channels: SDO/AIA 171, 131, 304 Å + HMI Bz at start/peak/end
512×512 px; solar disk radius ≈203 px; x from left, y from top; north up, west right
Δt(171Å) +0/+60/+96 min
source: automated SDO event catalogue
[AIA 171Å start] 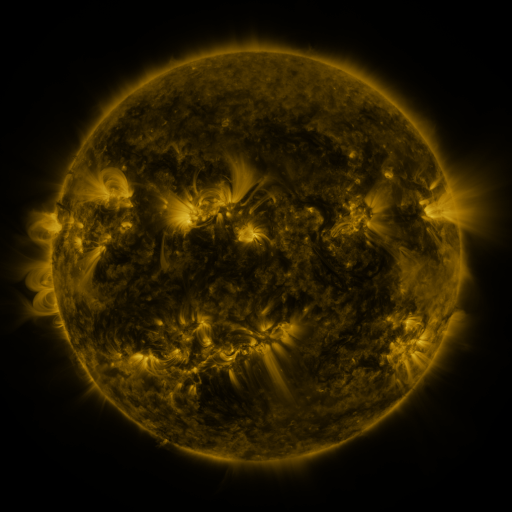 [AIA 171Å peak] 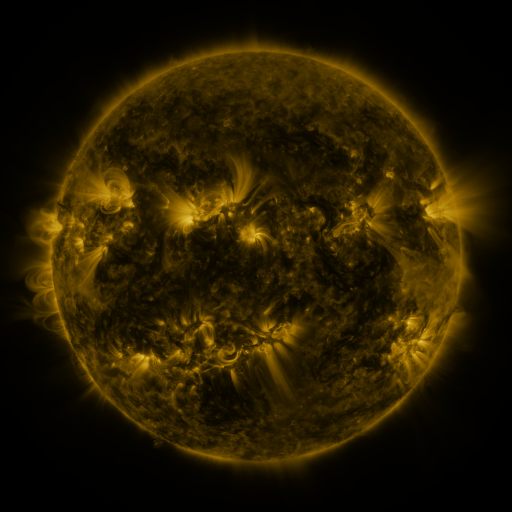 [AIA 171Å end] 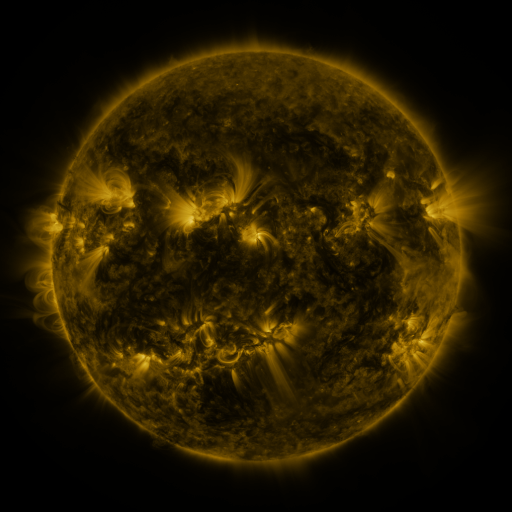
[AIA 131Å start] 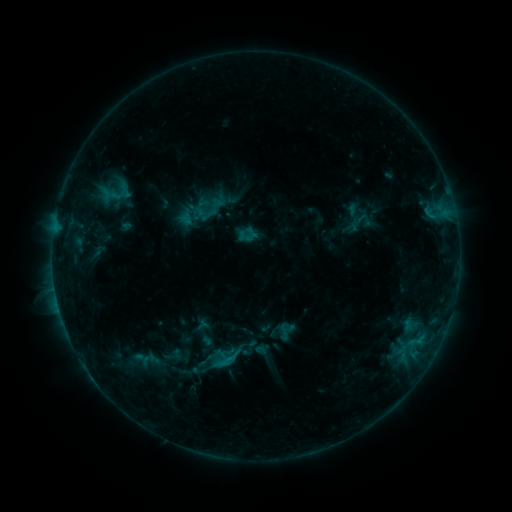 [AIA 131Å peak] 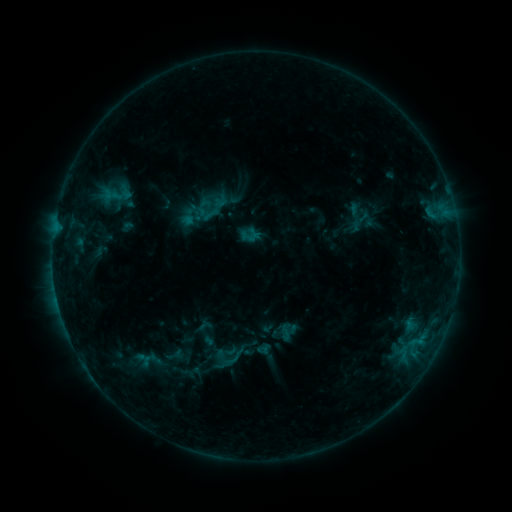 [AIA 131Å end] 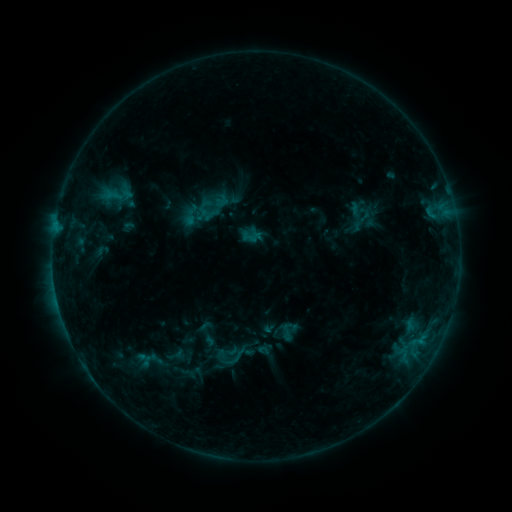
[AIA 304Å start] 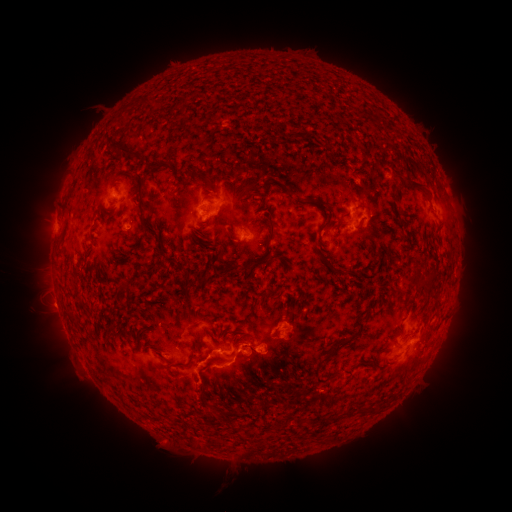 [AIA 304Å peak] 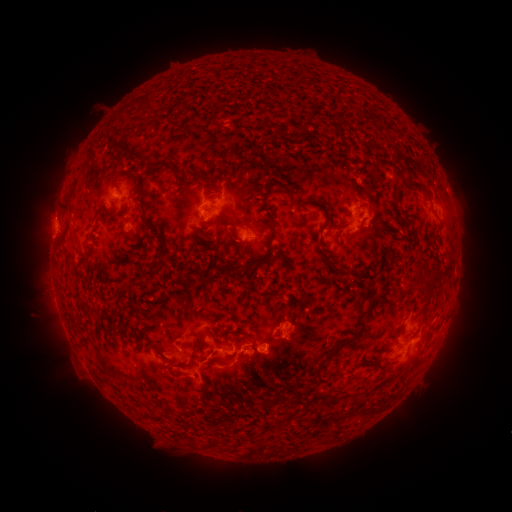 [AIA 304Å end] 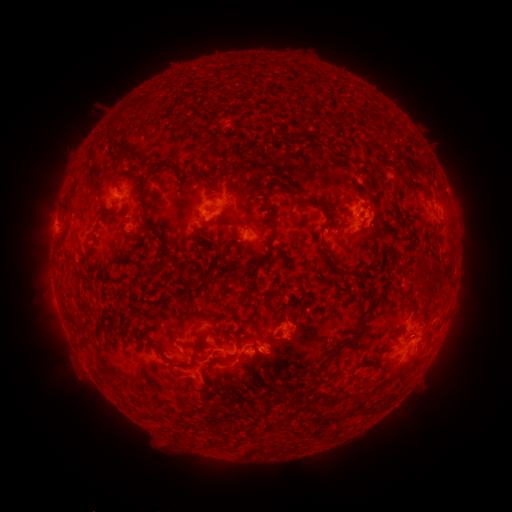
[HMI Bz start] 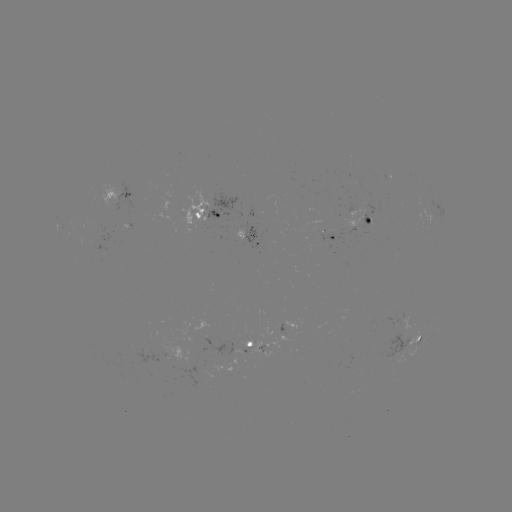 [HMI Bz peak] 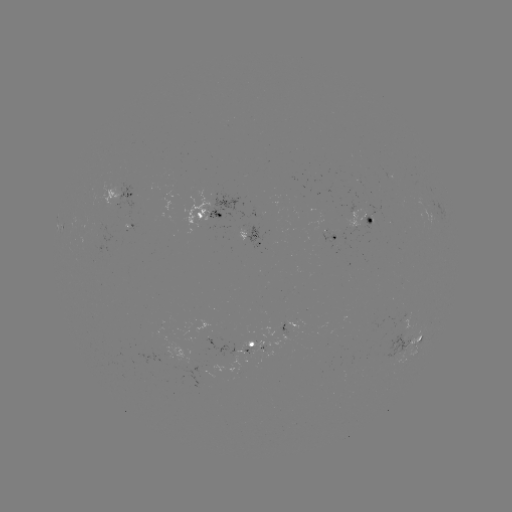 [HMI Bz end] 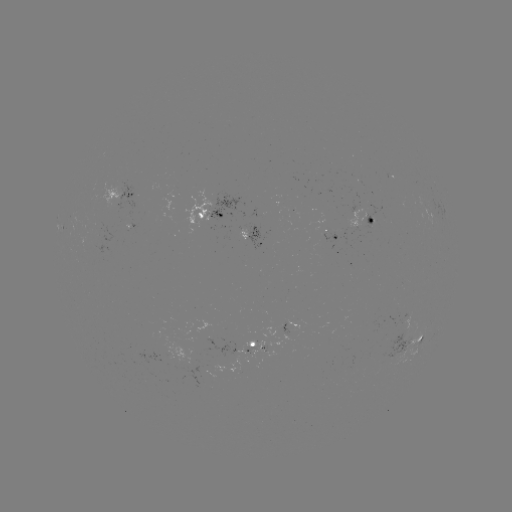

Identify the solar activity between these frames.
emerging-flux region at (116, 232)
